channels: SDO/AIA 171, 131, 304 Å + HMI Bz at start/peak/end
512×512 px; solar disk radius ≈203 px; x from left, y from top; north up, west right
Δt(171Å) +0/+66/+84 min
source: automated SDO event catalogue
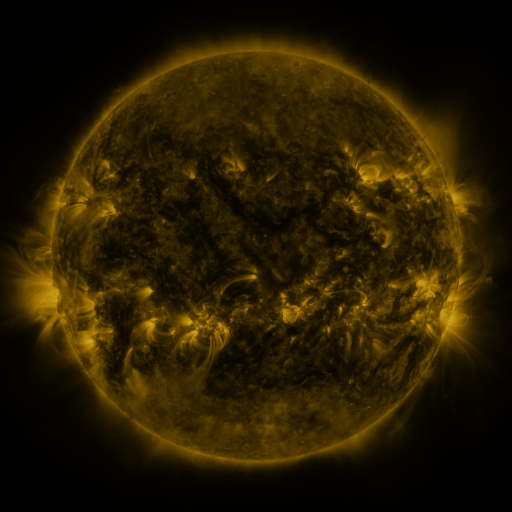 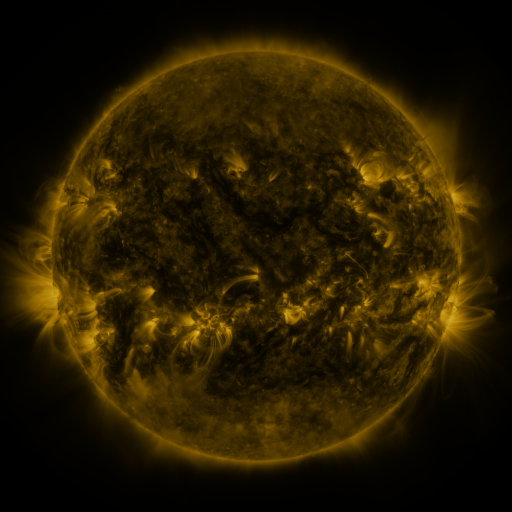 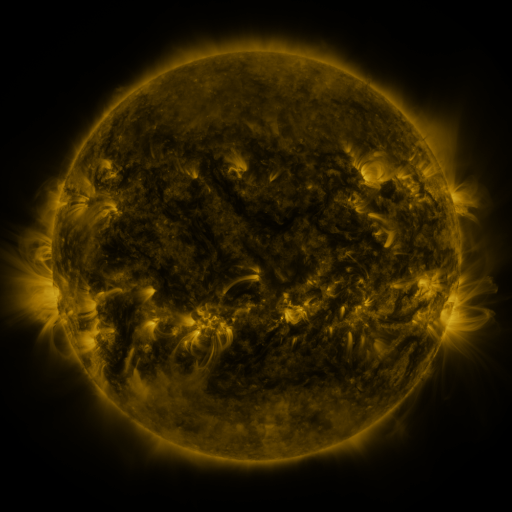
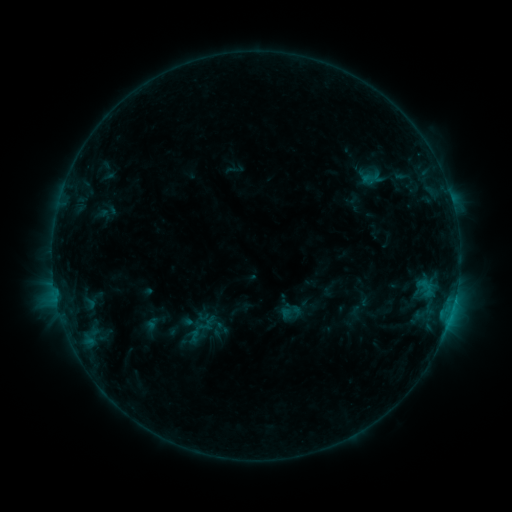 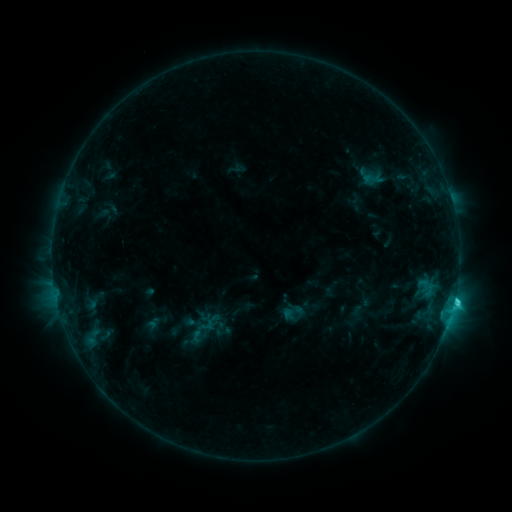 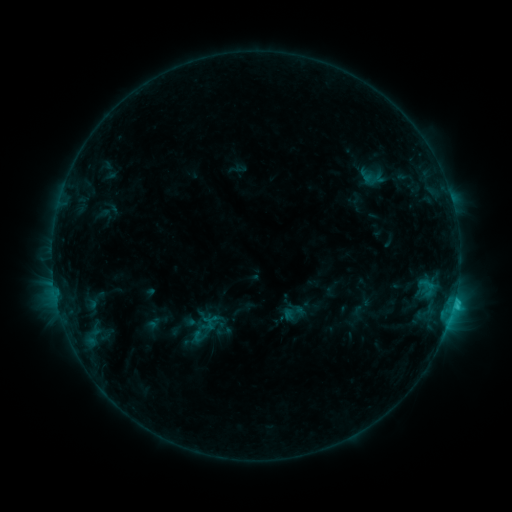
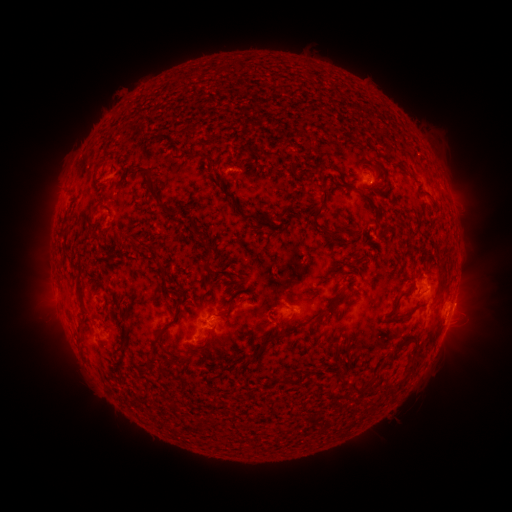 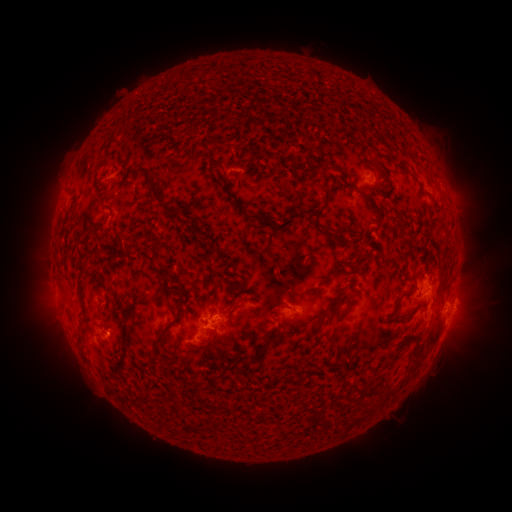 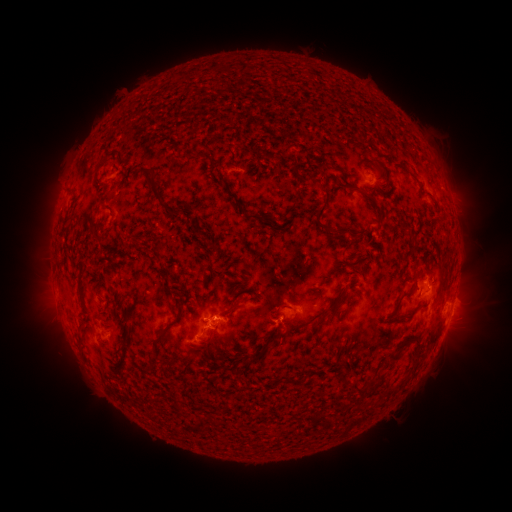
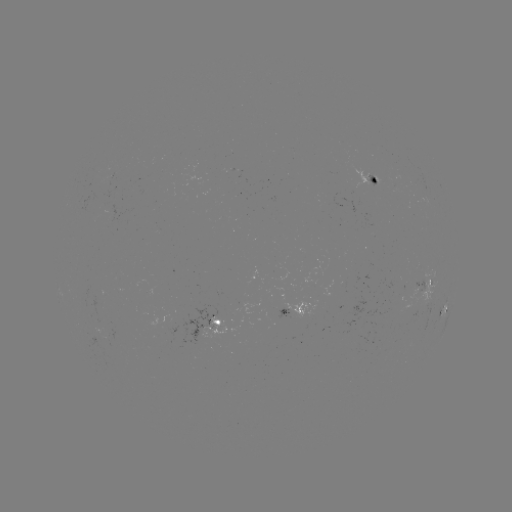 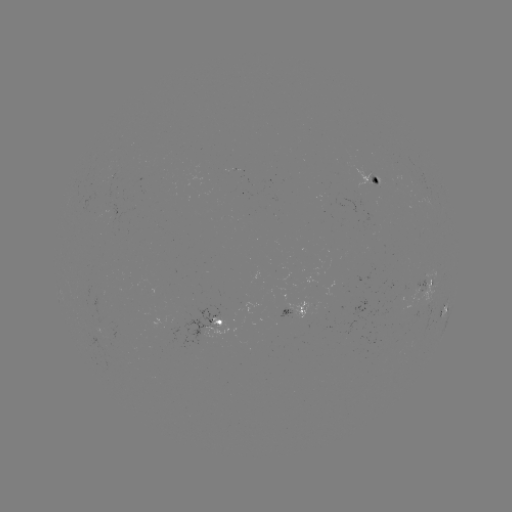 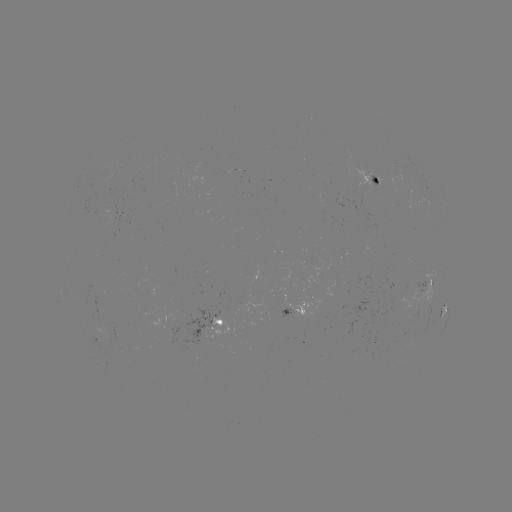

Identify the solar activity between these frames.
C2.9 flare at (453, 301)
